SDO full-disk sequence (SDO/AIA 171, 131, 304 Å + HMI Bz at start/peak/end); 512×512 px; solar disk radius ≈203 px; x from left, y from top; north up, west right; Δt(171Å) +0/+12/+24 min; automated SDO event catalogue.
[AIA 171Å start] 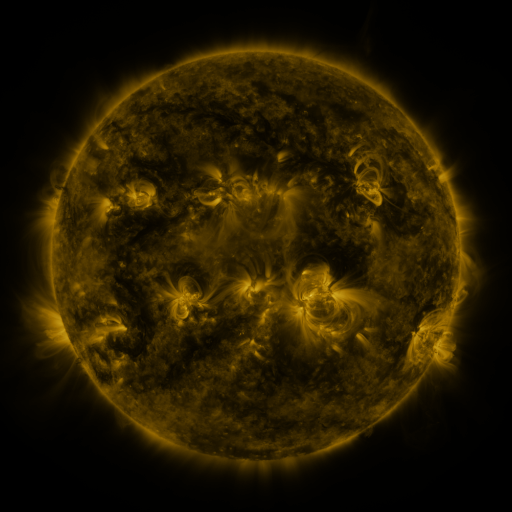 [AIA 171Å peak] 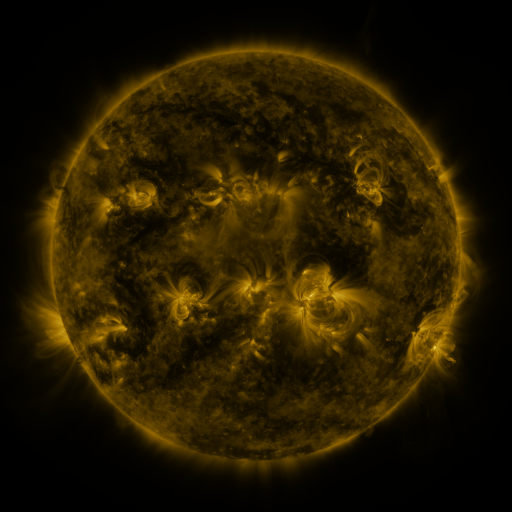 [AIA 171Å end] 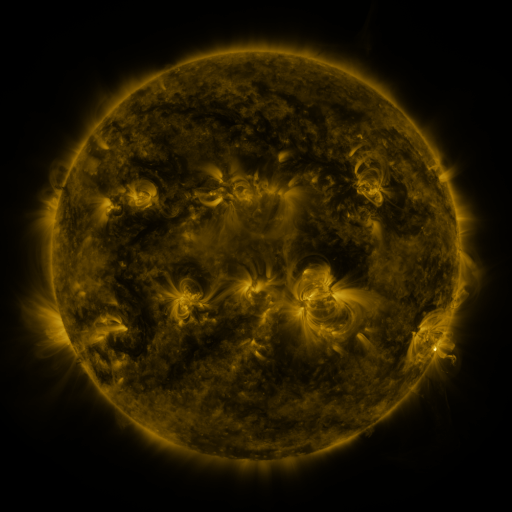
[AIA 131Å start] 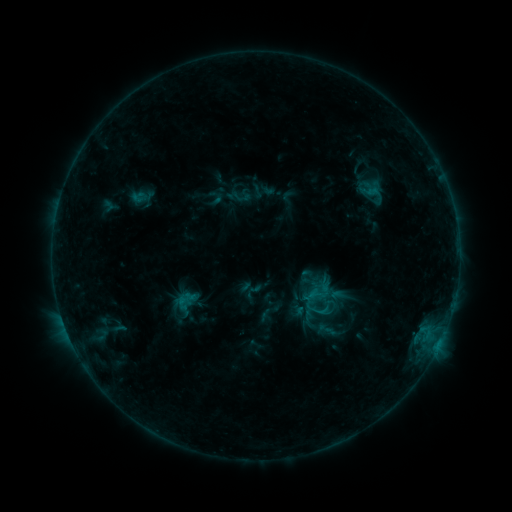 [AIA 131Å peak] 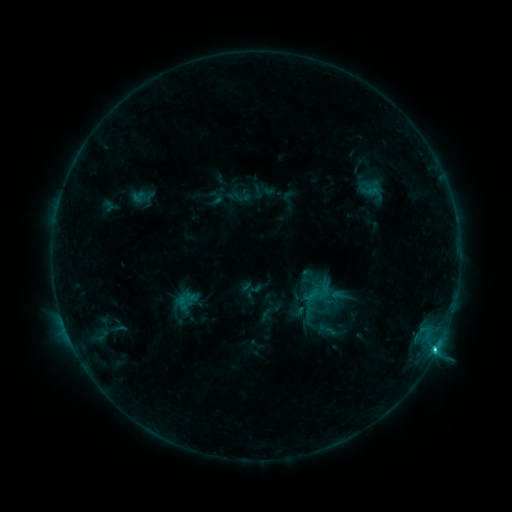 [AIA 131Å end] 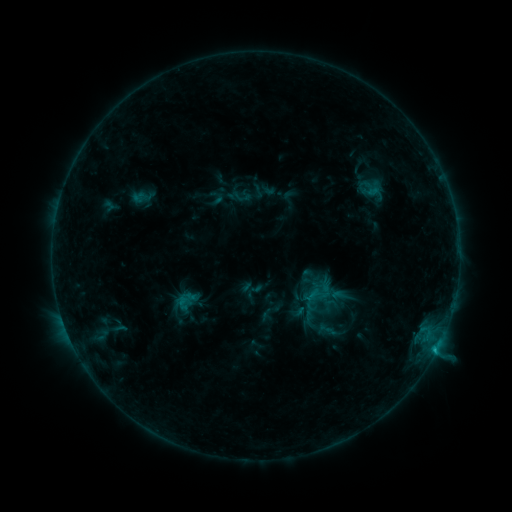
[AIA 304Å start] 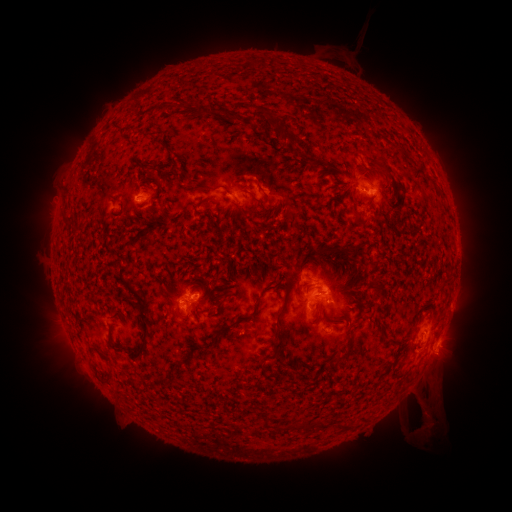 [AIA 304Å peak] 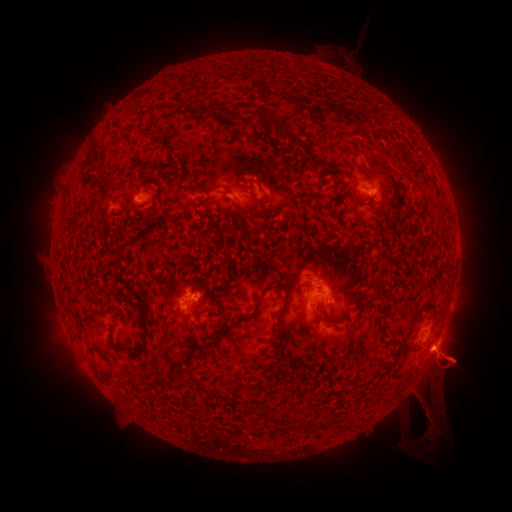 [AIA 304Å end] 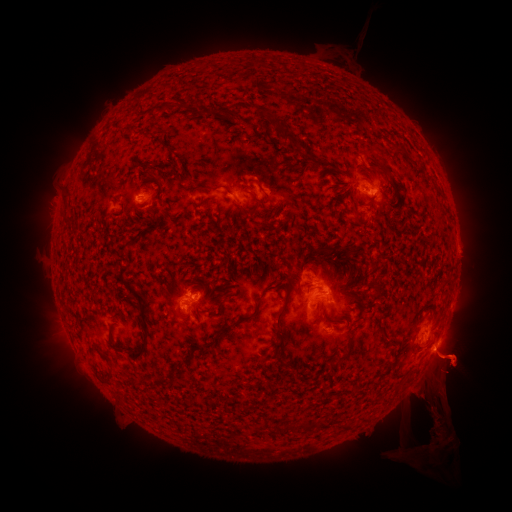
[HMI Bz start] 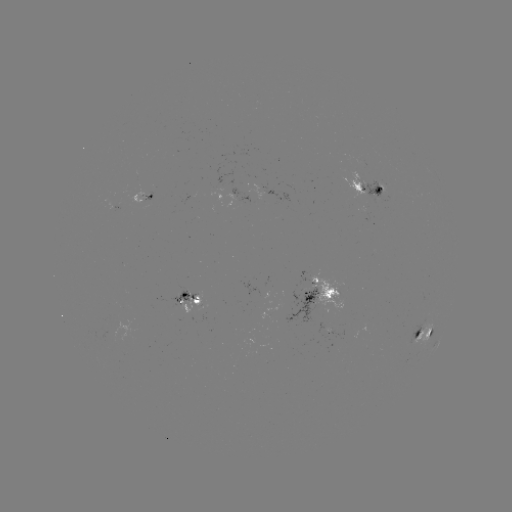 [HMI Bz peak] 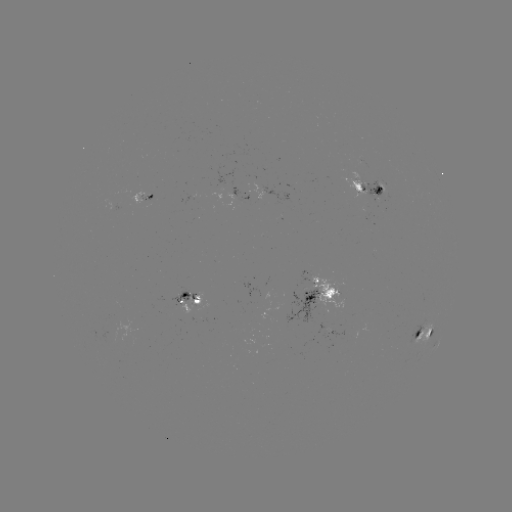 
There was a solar eruption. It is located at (447, 385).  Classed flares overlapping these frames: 1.